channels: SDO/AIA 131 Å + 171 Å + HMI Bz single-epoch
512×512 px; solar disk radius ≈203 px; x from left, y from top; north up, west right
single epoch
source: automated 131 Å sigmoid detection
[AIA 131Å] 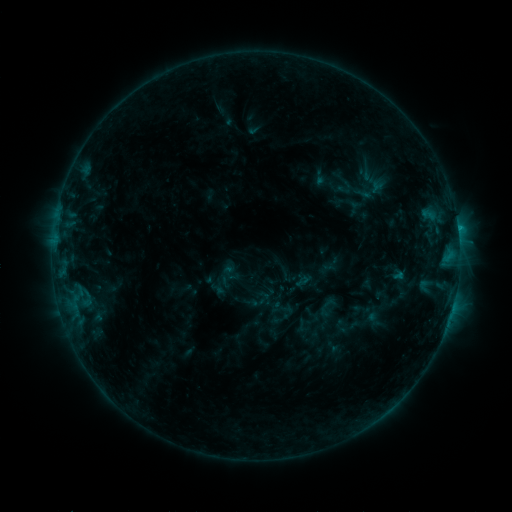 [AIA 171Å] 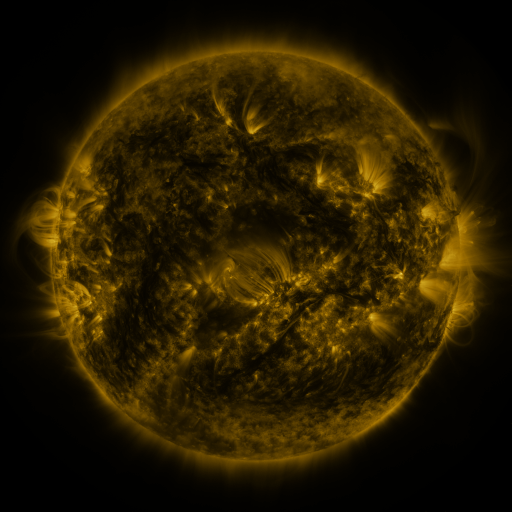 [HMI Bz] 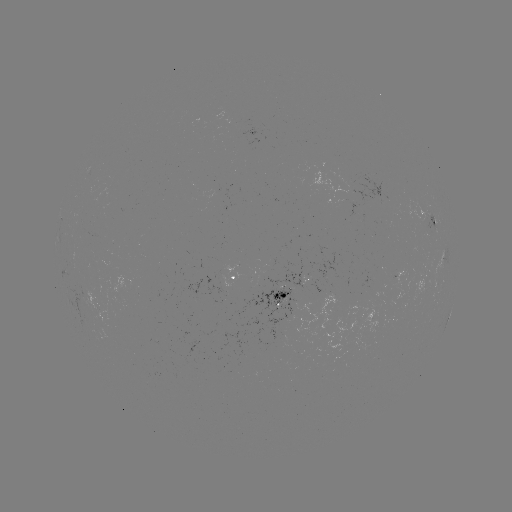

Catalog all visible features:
sigmoid: [344, 156, 404, 203]
sigmoid: [269, 307, 286, 326]
